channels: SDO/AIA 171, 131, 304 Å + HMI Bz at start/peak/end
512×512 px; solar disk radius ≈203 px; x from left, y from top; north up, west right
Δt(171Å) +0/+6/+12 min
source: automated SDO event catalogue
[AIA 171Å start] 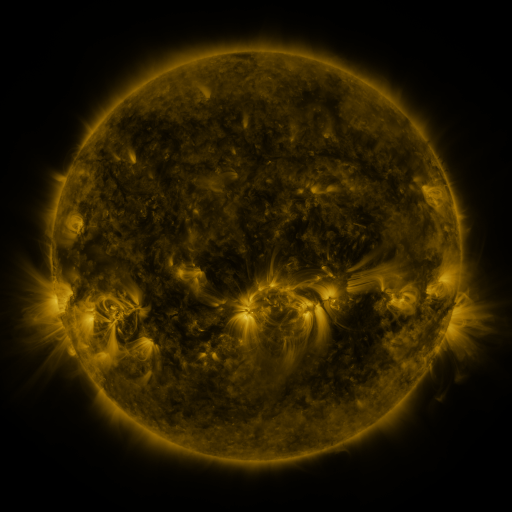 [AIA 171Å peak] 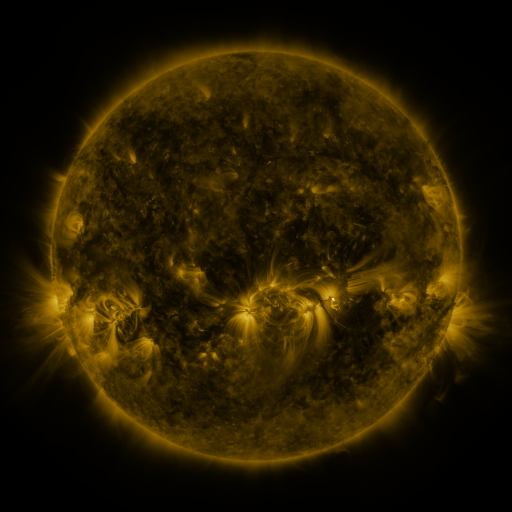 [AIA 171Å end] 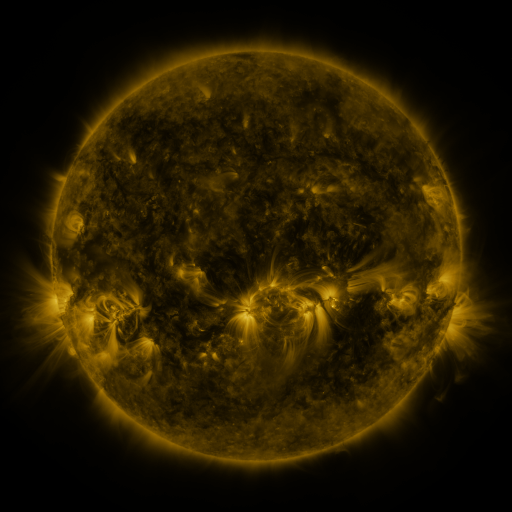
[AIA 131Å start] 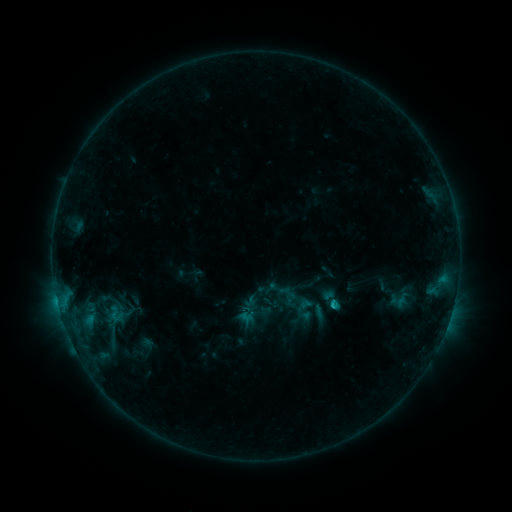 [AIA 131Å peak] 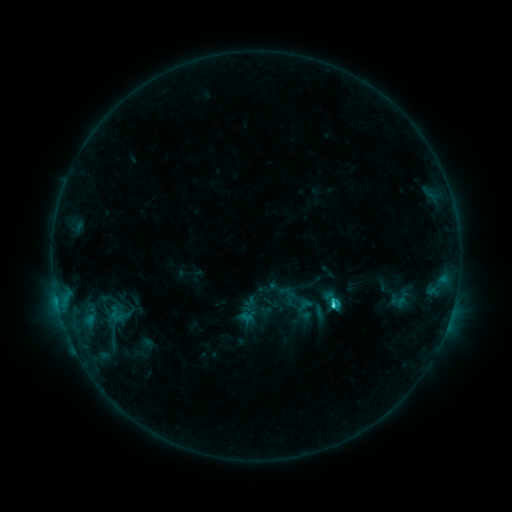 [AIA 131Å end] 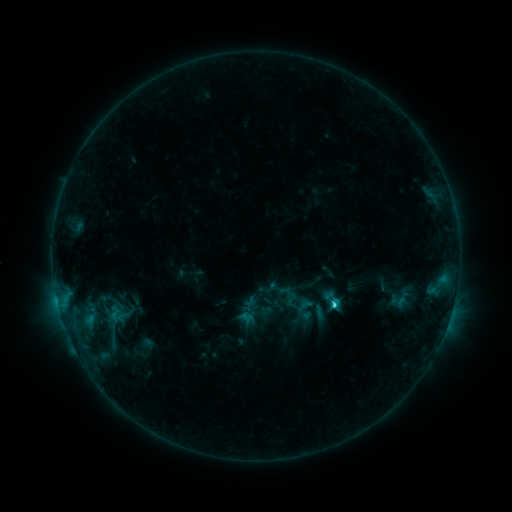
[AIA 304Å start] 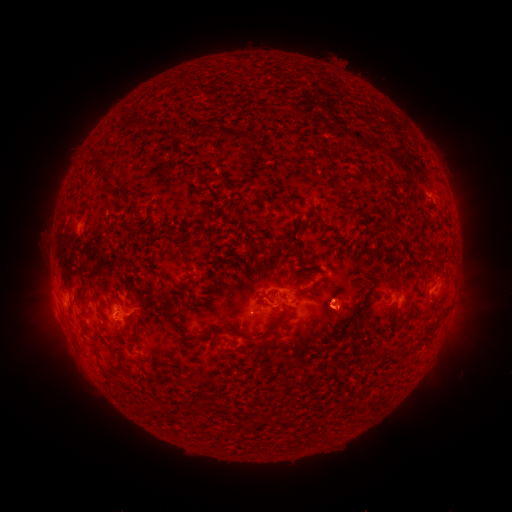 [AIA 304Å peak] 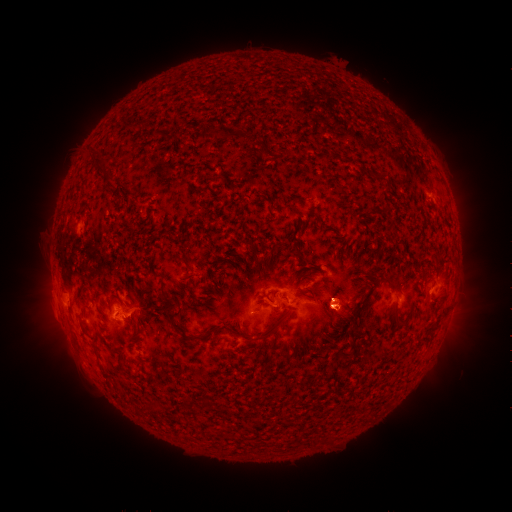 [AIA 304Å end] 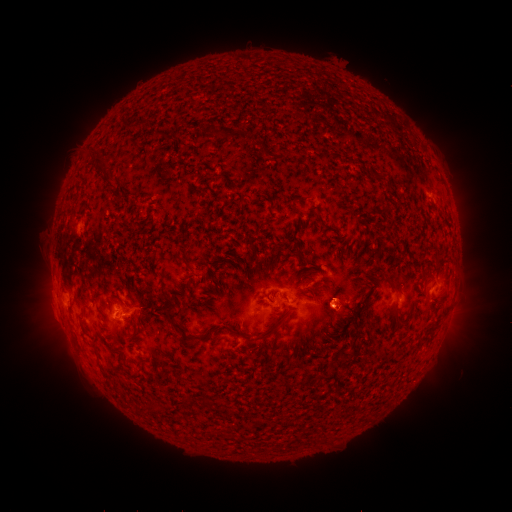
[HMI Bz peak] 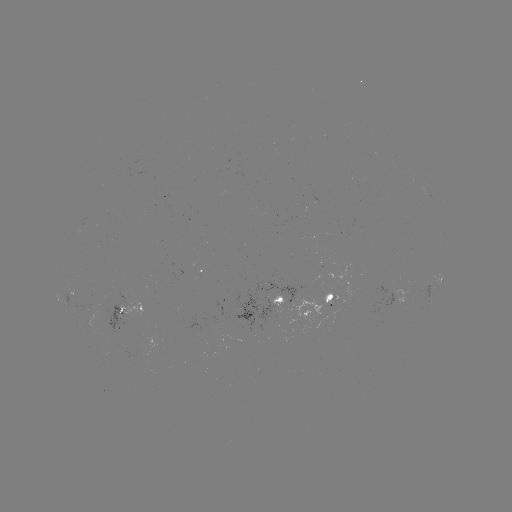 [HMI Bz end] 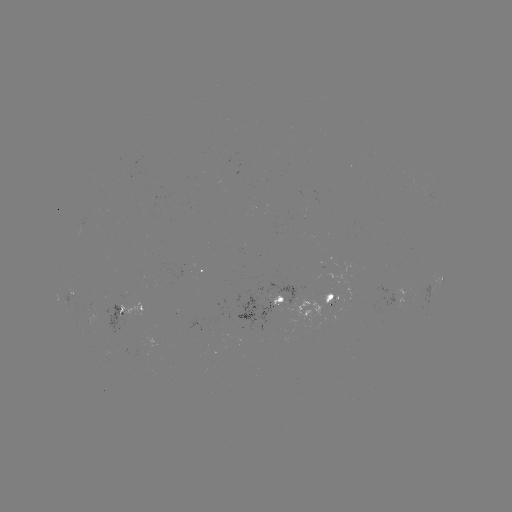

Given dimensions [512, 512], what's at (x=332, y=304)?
C2.2 flare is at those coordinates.